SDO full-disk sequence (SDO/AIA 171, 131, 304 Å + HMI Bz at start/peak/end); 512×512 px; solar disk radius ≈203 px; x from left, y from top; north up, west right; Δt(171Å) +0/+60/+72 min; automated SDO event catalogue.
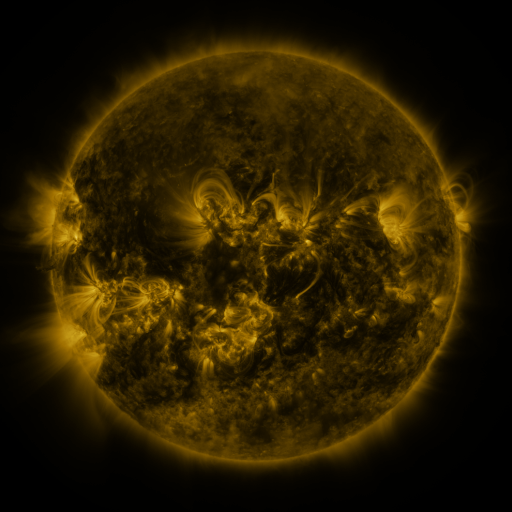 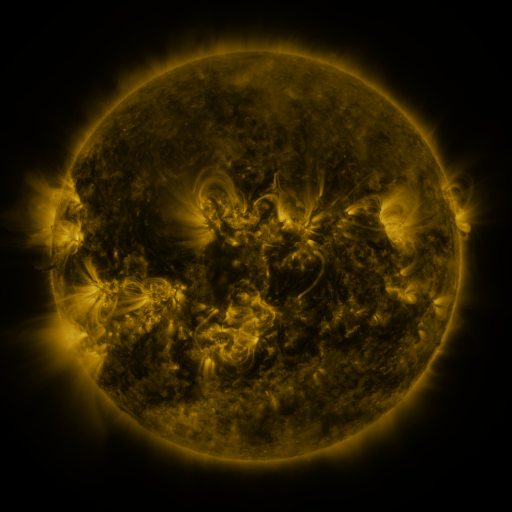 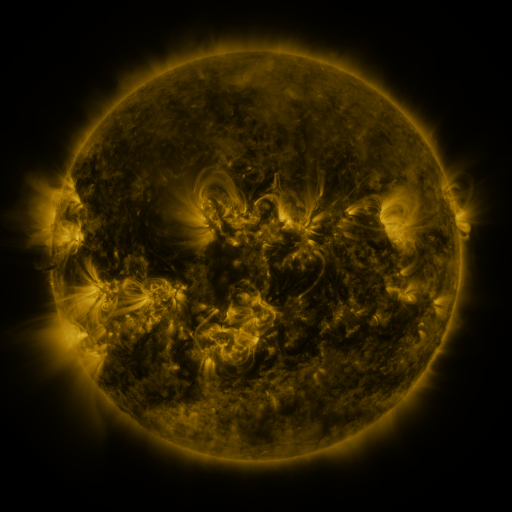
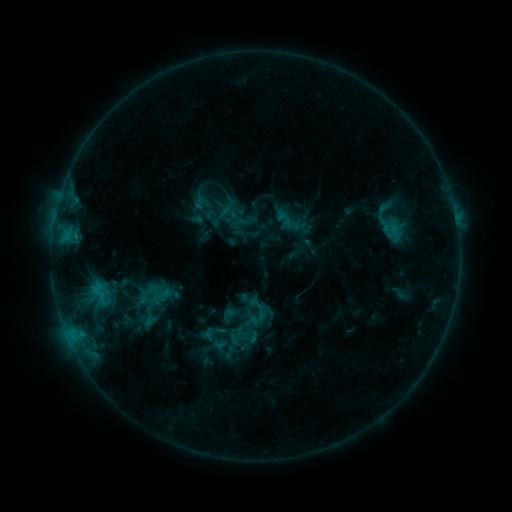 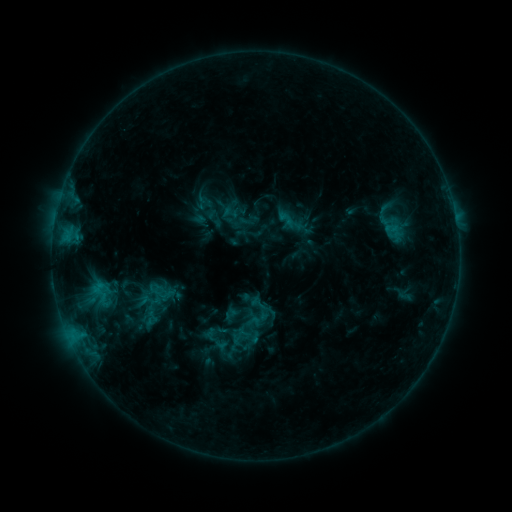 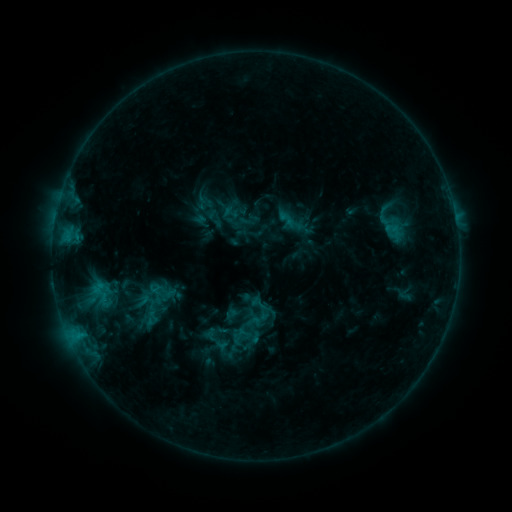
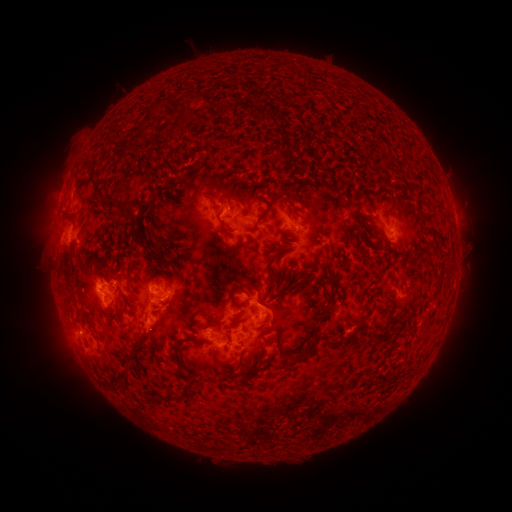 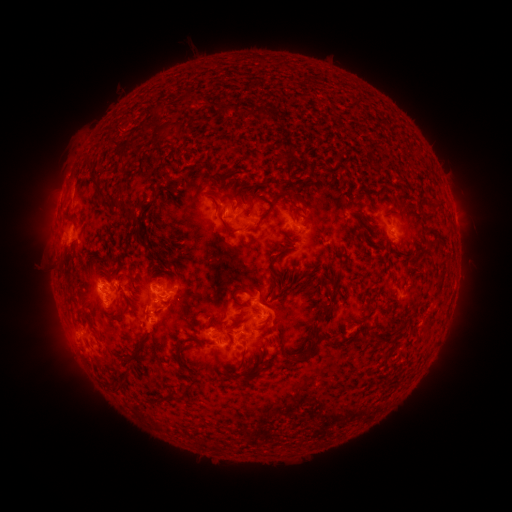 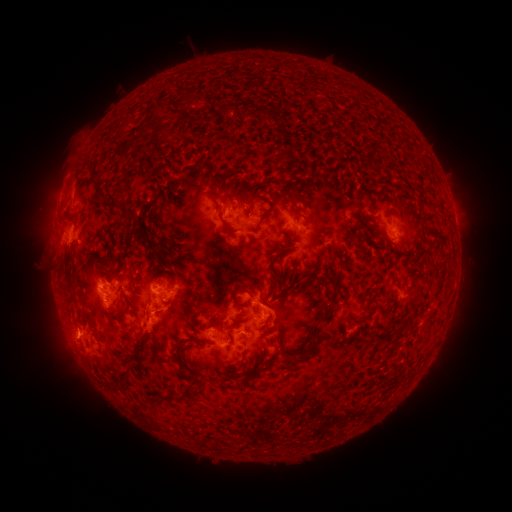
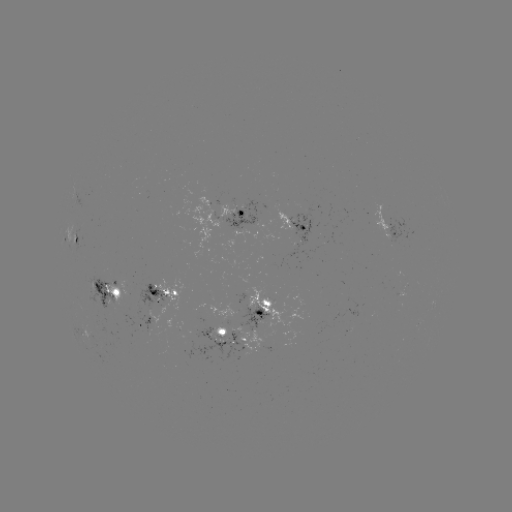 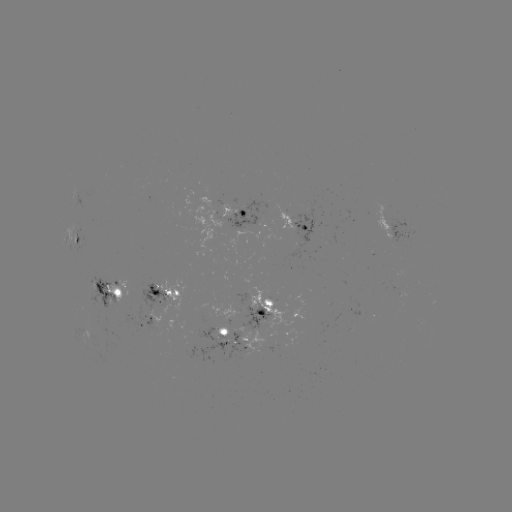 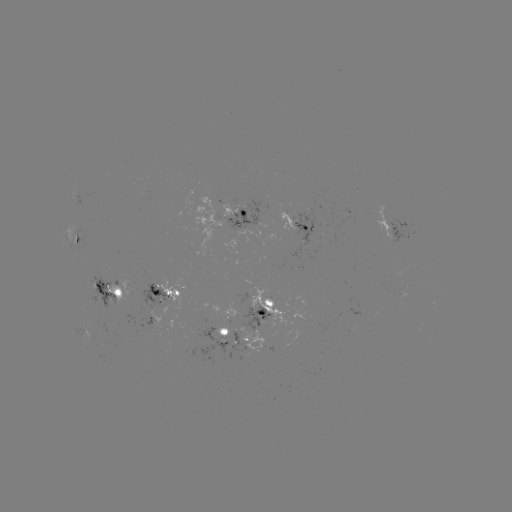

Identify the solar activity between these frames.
emerging-flux region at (150, 314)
